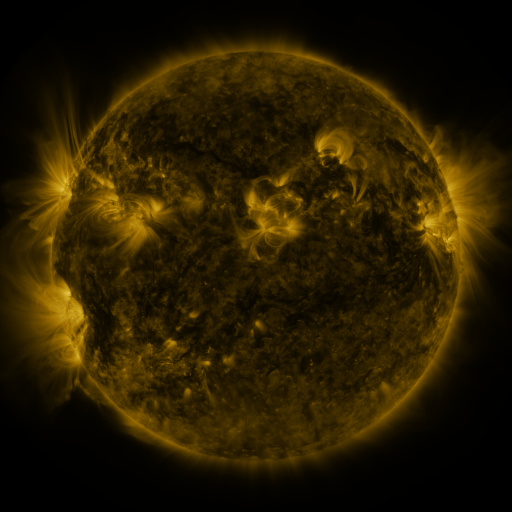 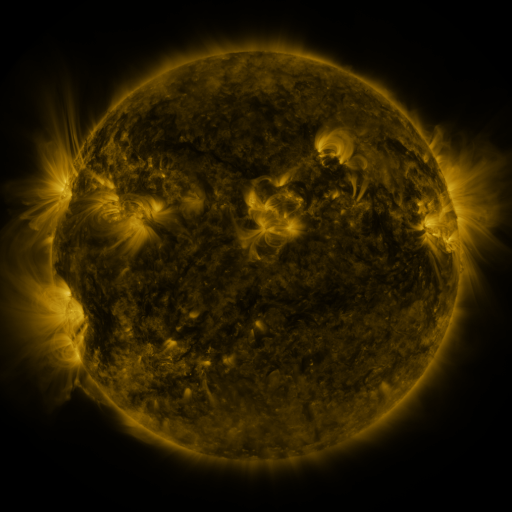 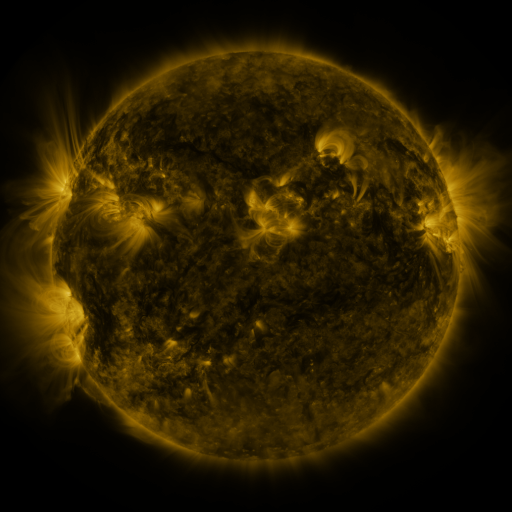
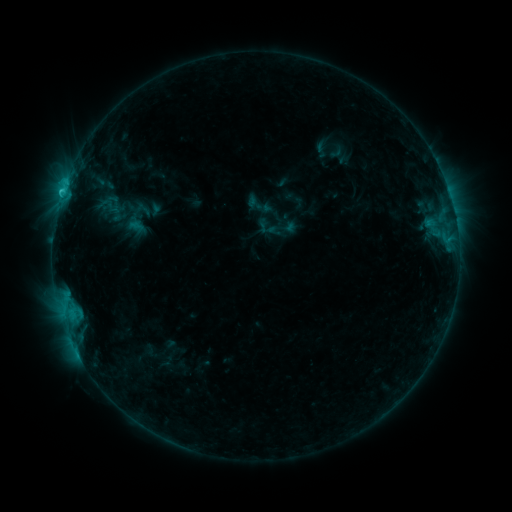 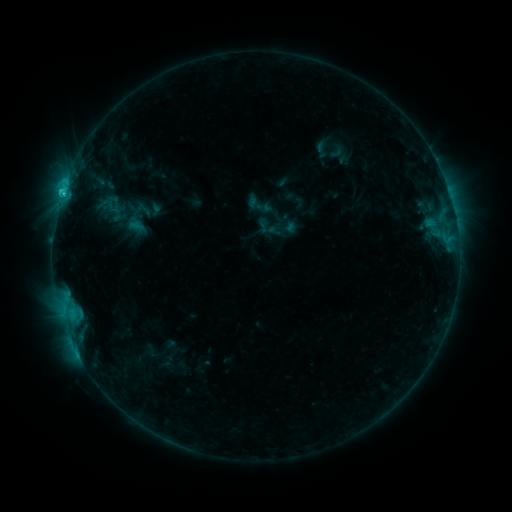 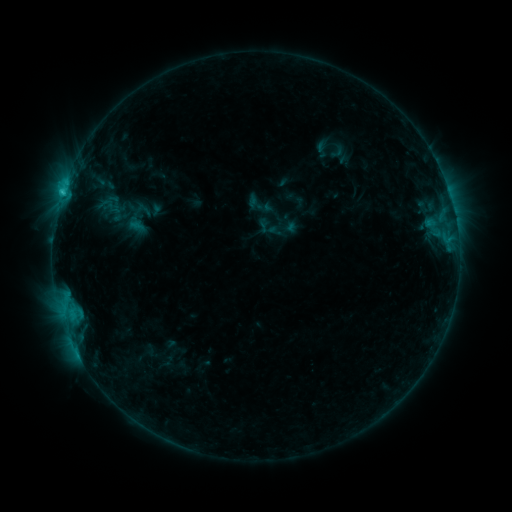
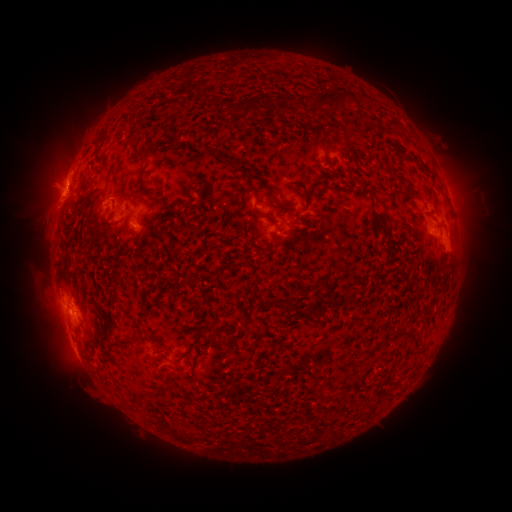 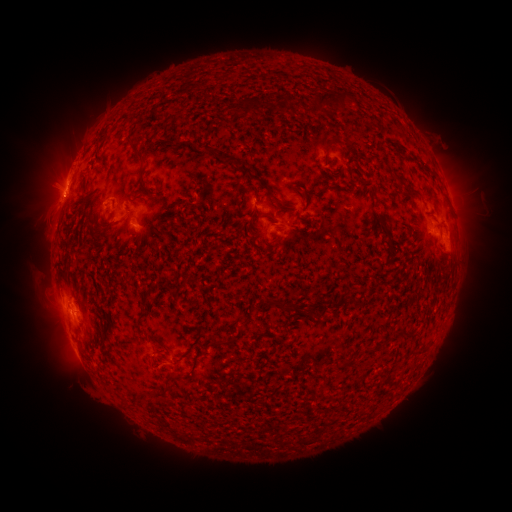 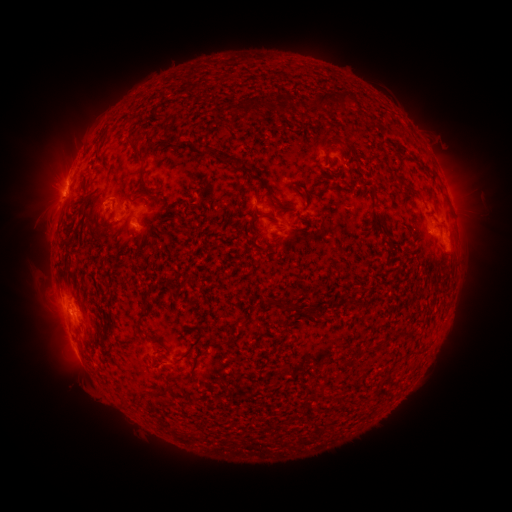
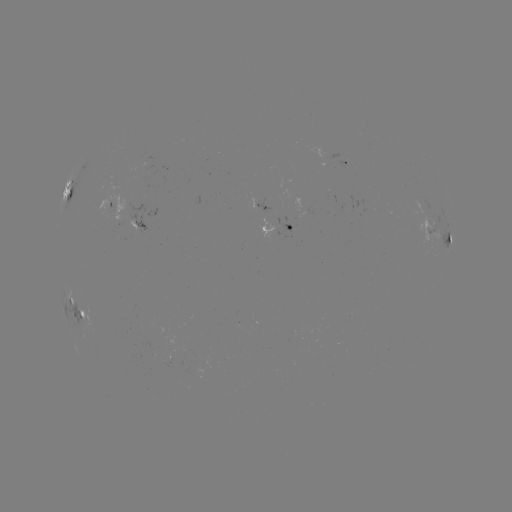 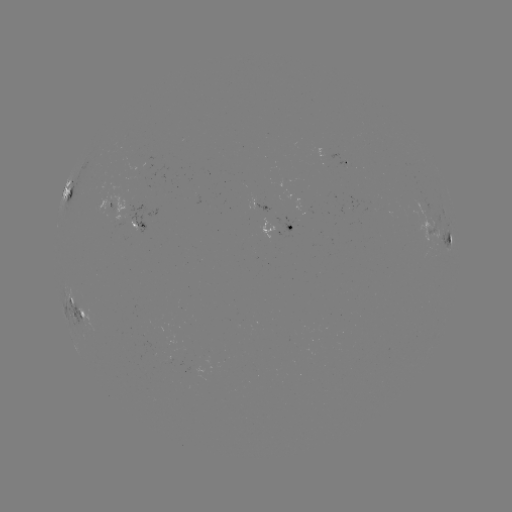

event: flare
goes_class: C2.2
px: (64, 195)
